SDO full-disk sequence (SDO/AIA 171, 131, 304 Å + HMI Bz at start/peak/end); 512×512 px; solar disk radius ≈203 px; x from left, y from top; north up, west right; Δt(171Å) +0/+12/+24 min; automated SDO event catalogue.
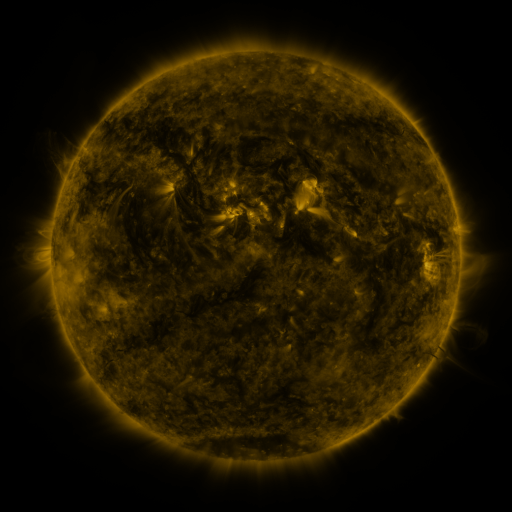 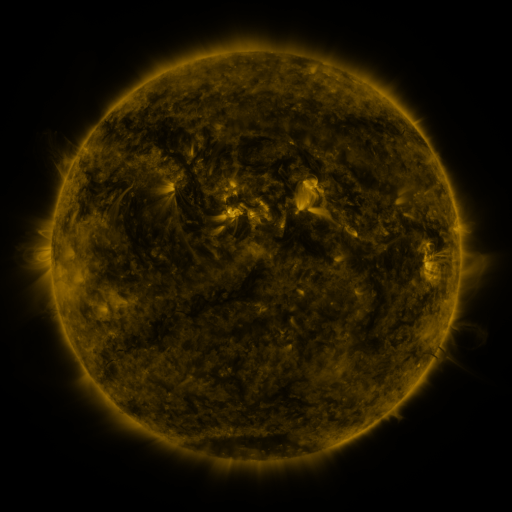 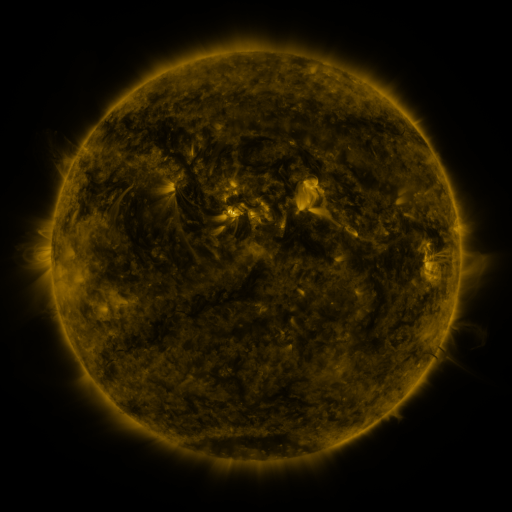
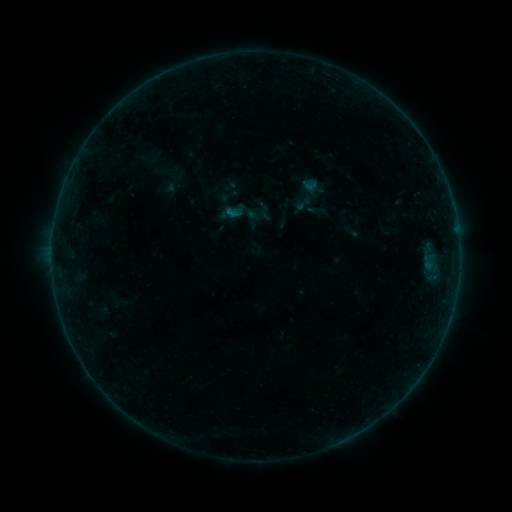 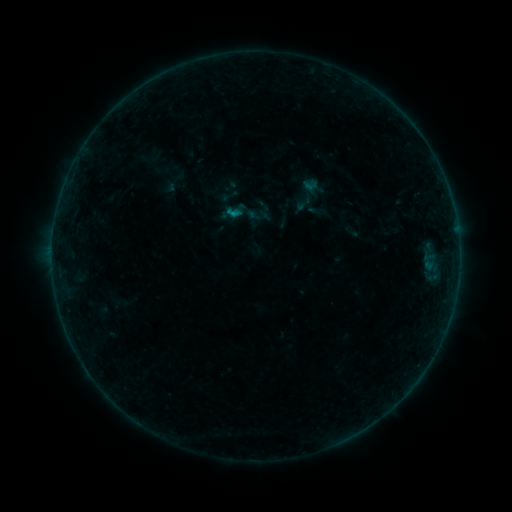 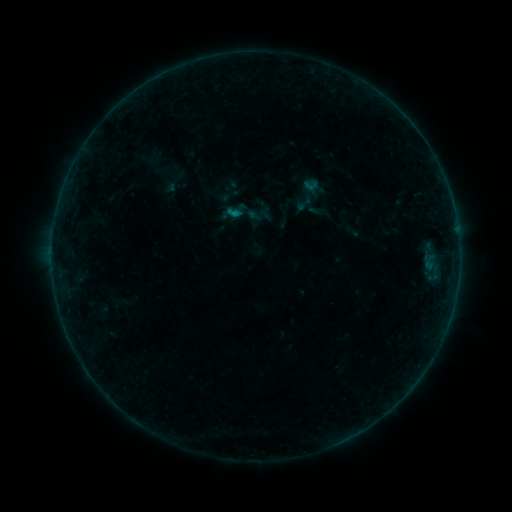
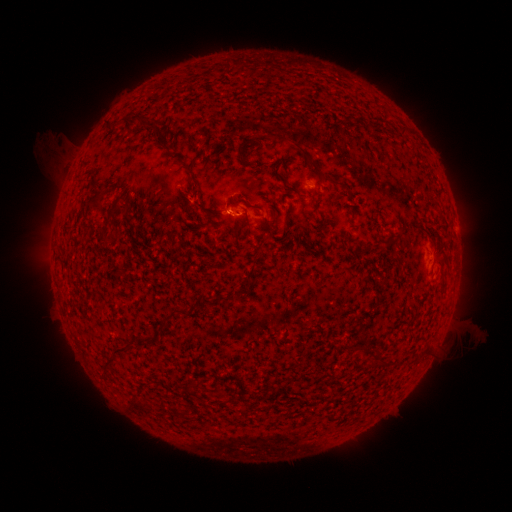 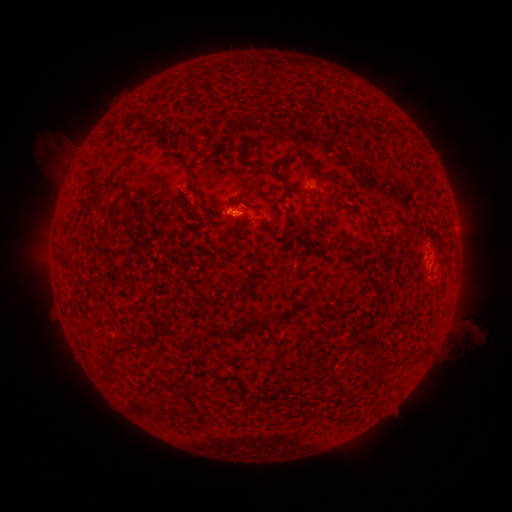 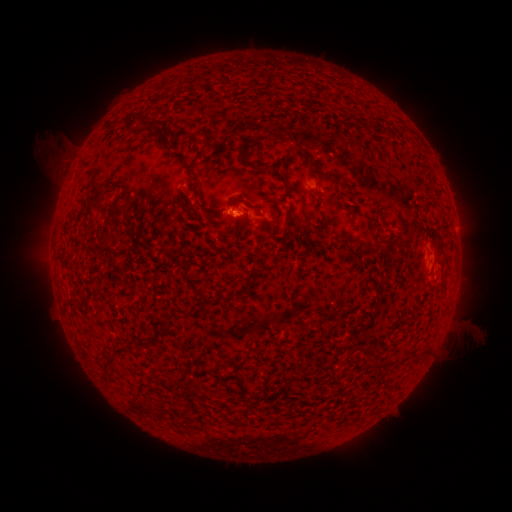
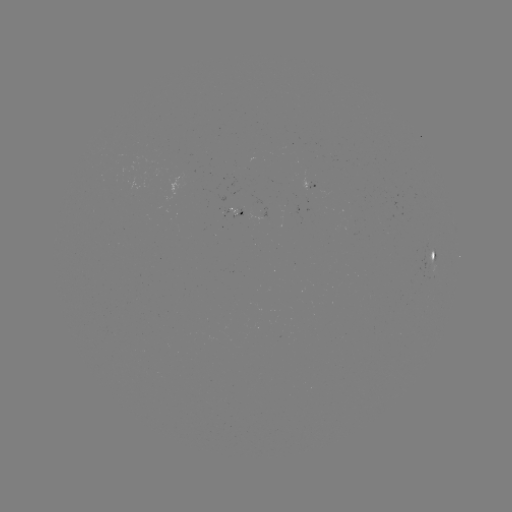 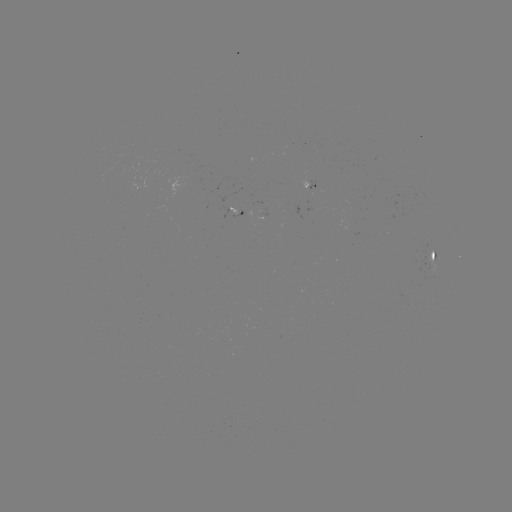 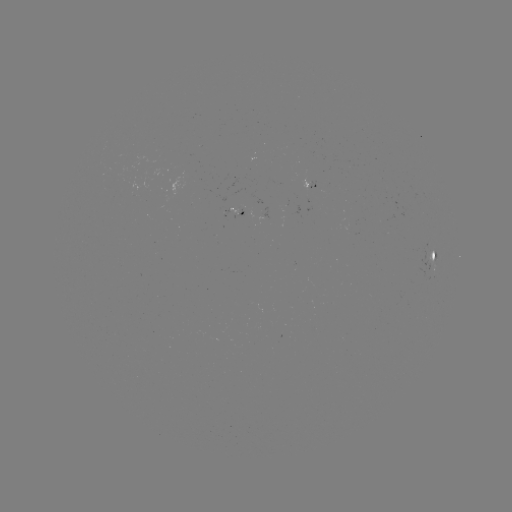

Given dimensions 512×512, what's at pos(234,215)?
B3.1 flare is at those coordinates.